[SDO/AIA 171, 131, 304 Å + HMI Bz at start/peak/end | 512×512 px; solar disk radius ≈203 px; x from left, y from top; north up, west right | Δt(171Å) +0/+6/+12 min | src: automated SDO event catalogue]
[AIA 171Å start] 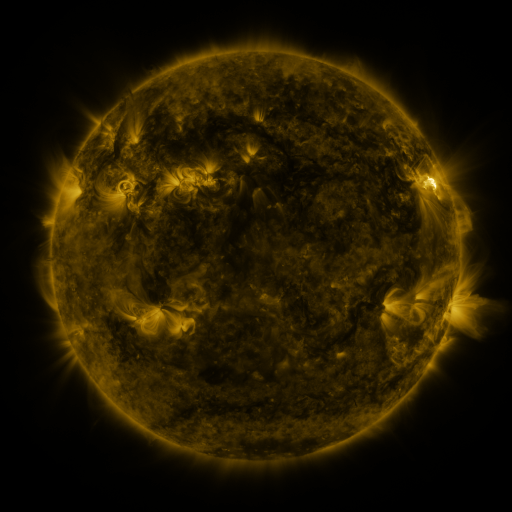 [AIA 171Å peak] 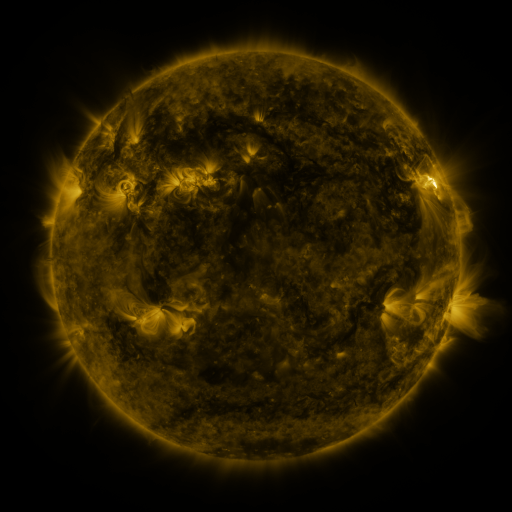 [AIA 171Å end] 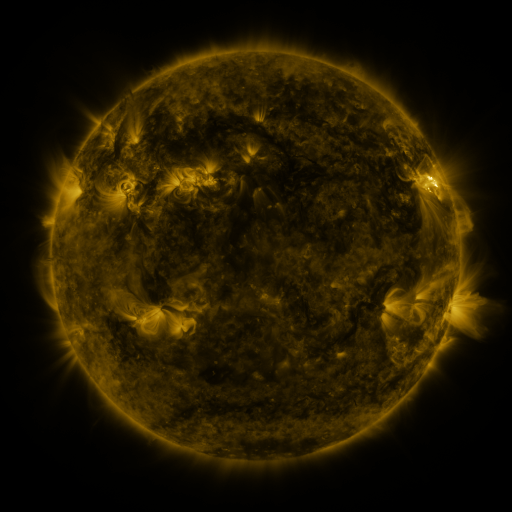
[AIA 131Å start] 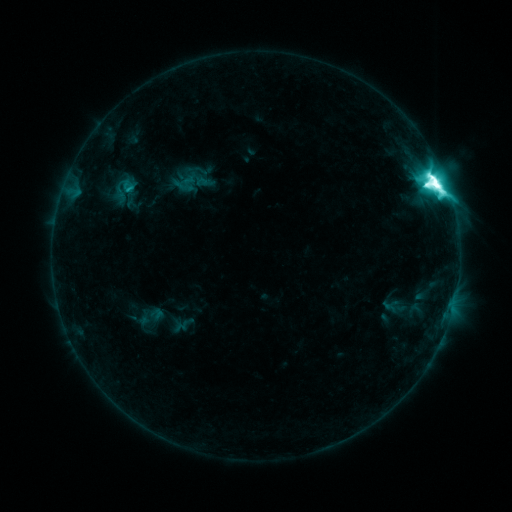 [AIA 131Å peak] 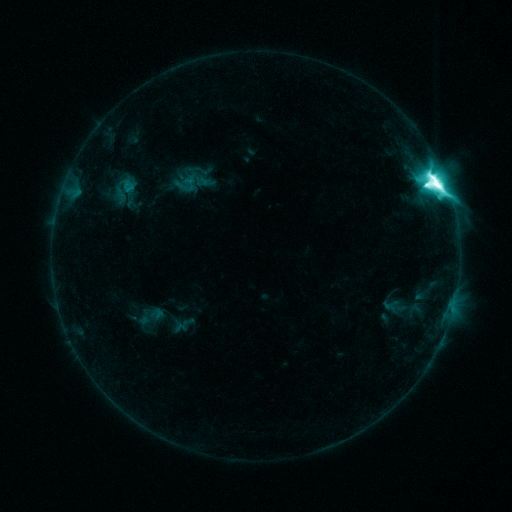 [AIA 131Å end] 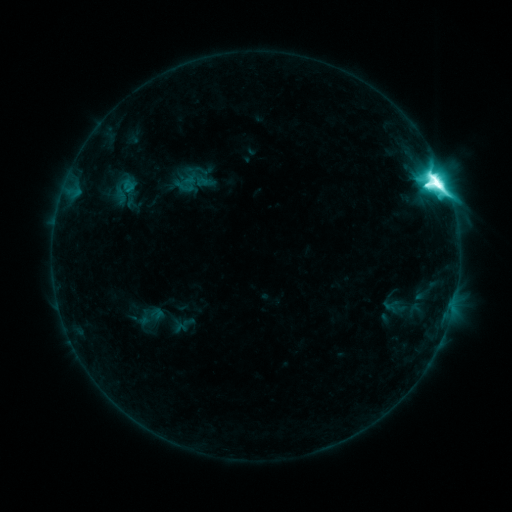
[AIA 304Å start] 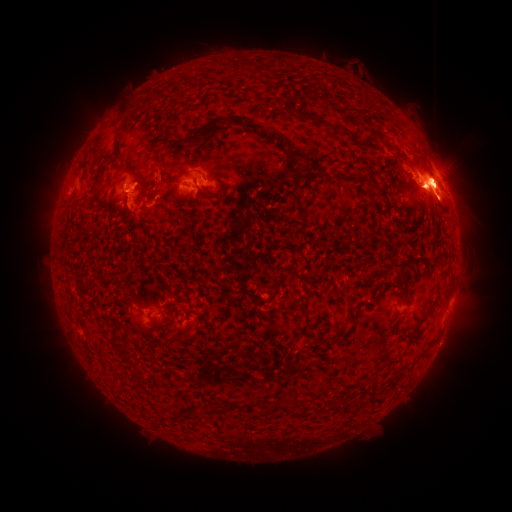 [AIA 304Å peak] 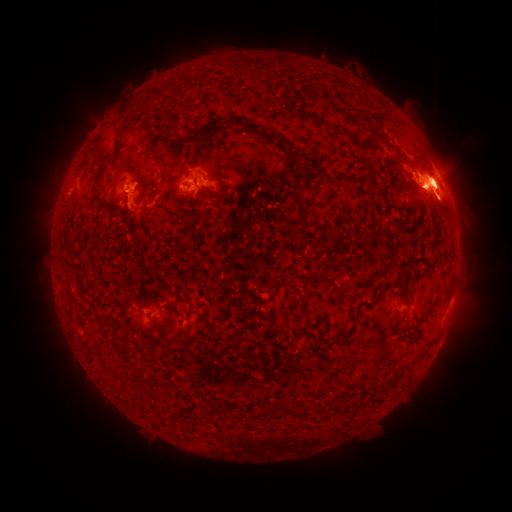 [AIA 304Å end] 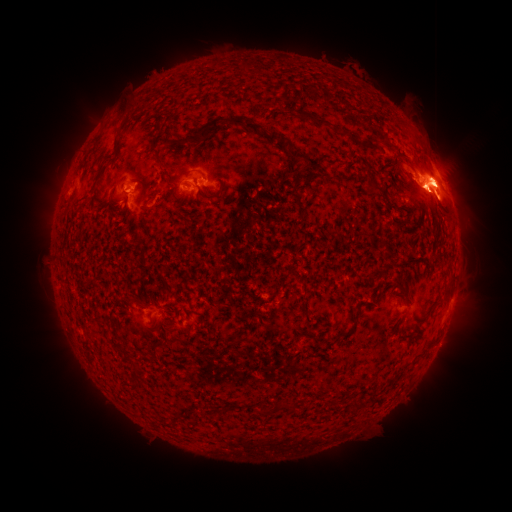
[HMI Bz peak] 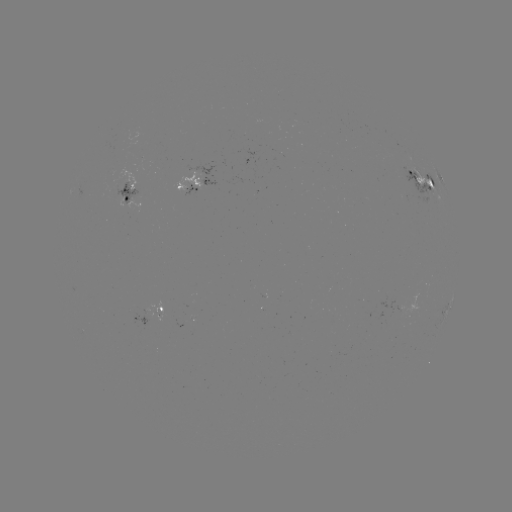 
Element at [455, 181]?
eruption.